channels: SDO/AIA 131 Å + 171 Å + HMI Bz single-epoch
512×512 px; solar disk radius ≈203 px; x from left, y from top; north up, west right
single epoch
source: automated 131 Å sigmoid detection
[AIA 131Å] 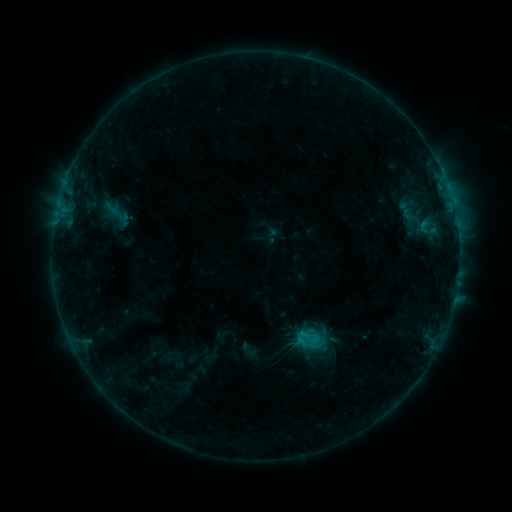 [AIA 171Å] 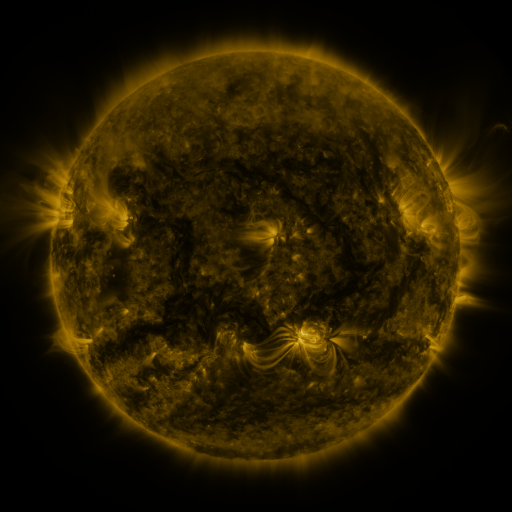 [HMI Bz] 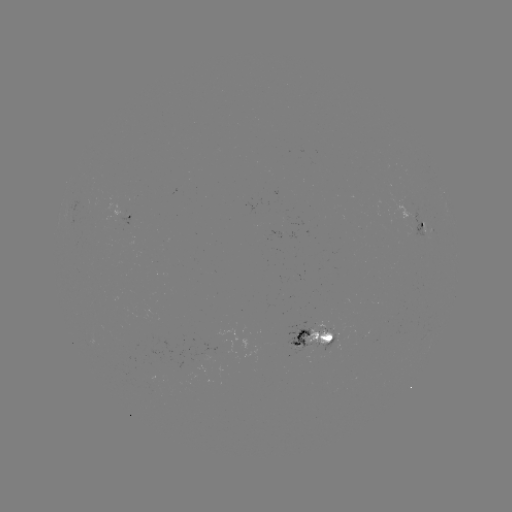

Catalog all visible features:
sigmoid: (411, 216)
